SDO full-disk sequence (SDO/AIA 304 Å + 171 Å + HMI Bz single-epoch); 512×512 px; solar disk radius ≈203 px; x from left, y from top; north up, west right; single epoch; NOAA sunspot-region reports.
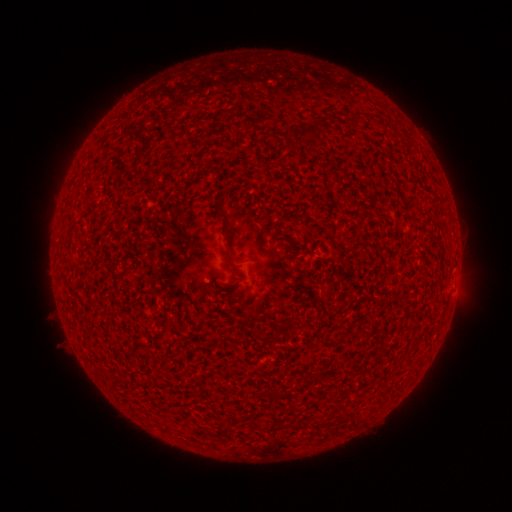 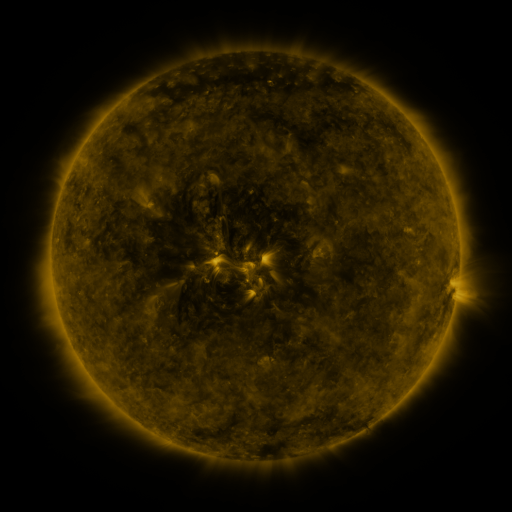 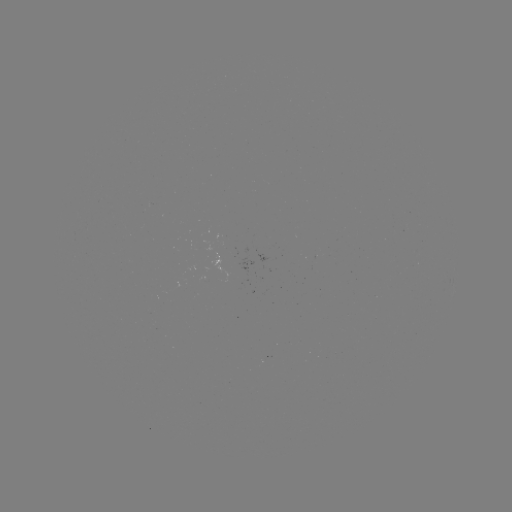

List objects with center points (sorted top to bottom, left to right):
(none)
